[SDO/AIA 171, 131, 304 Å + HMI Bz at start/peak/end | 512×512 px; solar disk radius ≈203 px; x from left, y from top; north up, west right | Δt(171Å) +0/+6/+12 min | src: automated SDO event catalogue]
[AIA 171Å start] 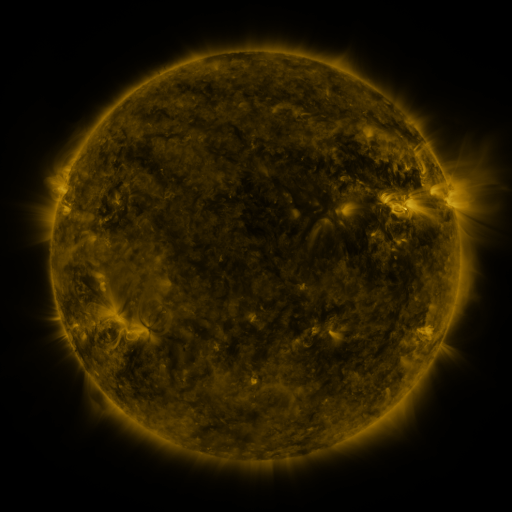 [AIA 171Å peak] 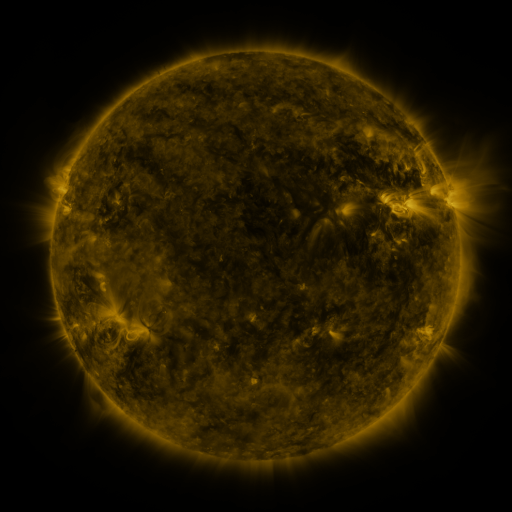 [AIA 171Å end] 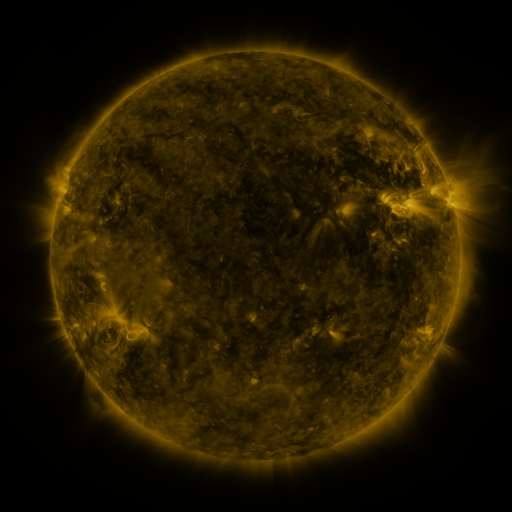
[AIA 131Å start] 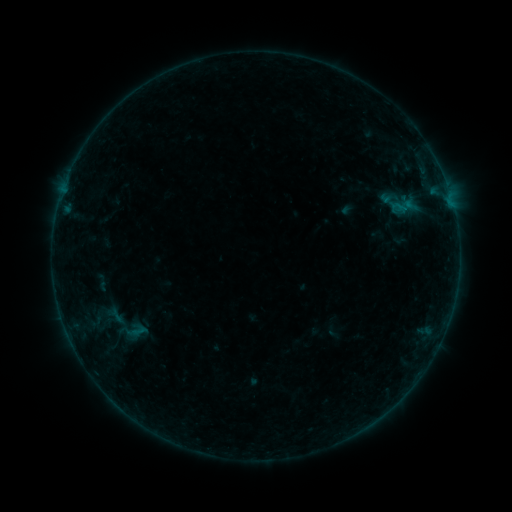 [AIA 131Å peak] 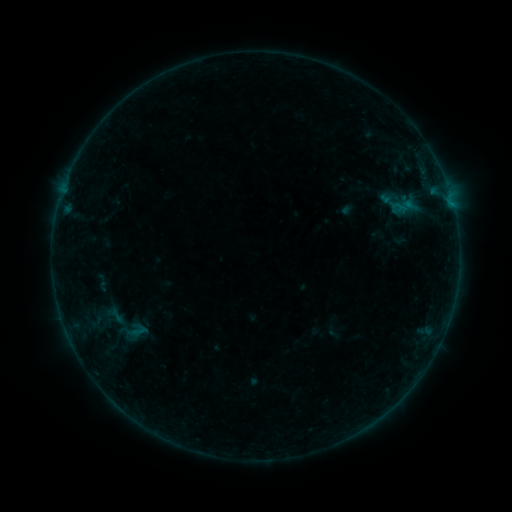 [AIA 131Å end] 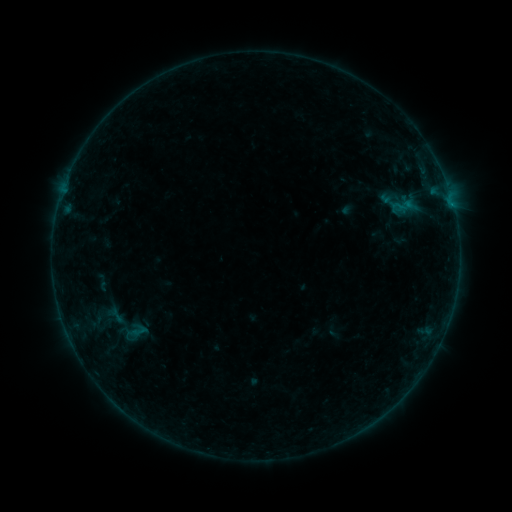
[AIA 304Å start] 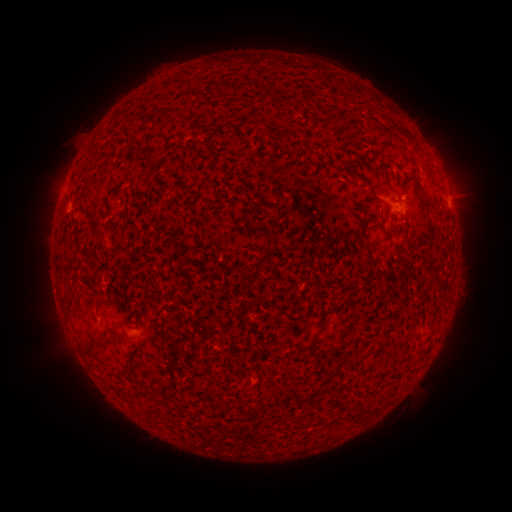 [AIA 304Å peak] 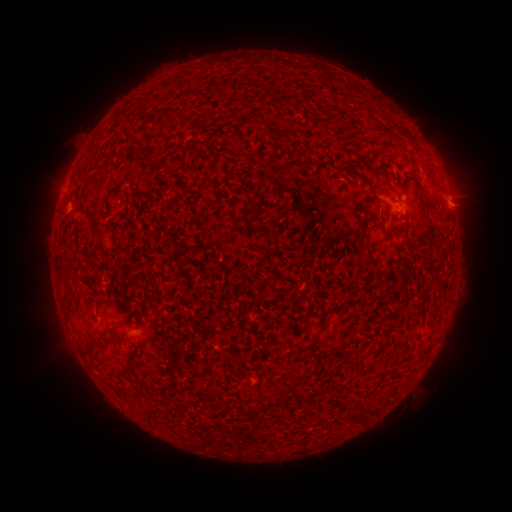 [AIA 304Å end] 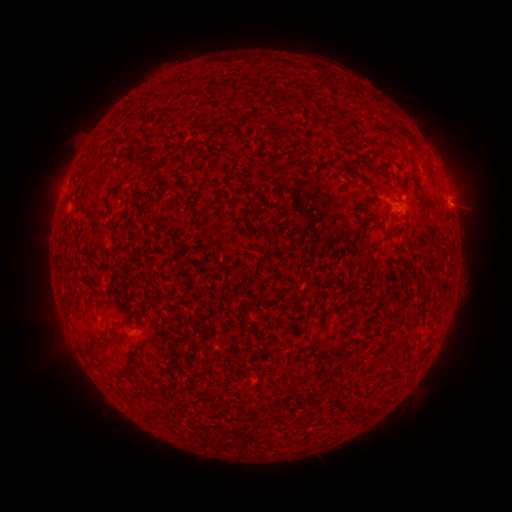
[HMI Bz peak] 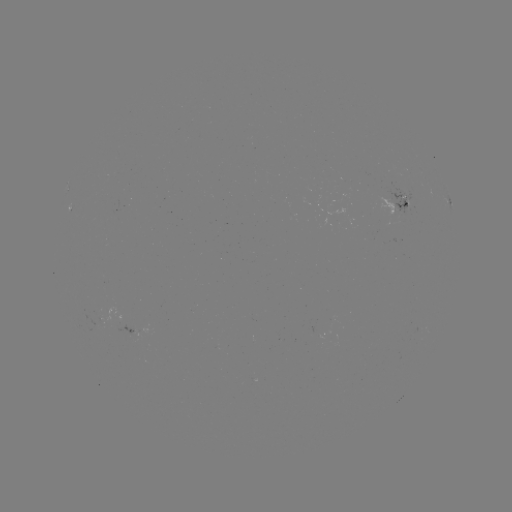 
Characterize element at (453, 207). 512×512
B1.5 flare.